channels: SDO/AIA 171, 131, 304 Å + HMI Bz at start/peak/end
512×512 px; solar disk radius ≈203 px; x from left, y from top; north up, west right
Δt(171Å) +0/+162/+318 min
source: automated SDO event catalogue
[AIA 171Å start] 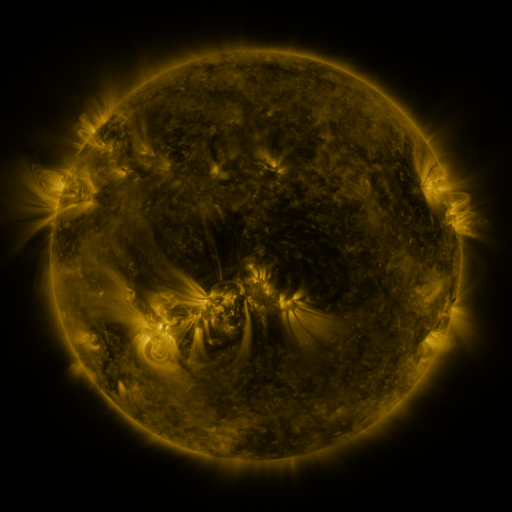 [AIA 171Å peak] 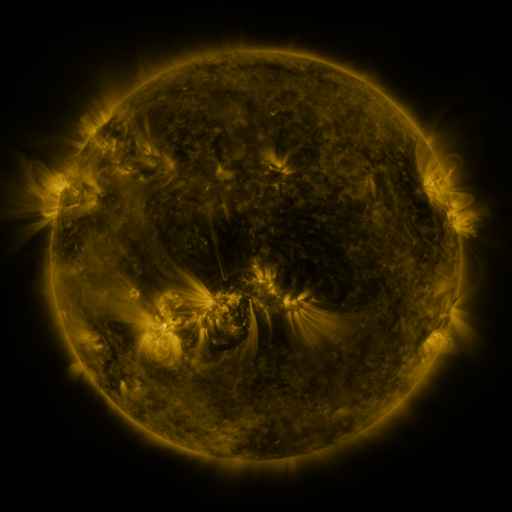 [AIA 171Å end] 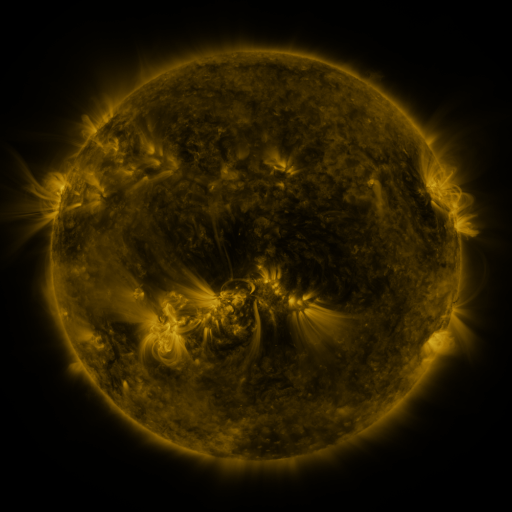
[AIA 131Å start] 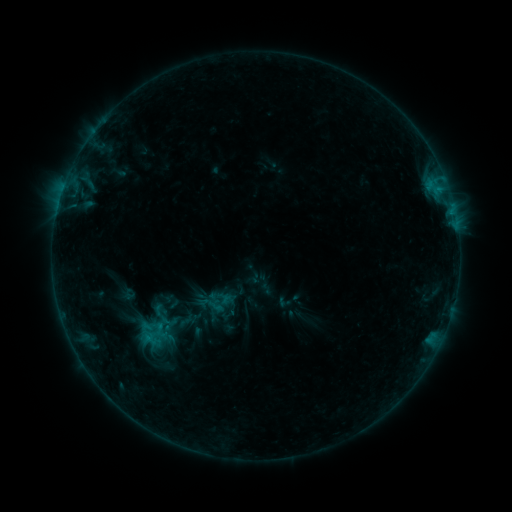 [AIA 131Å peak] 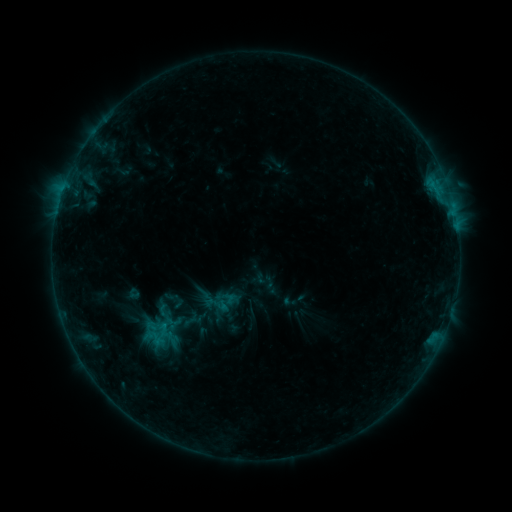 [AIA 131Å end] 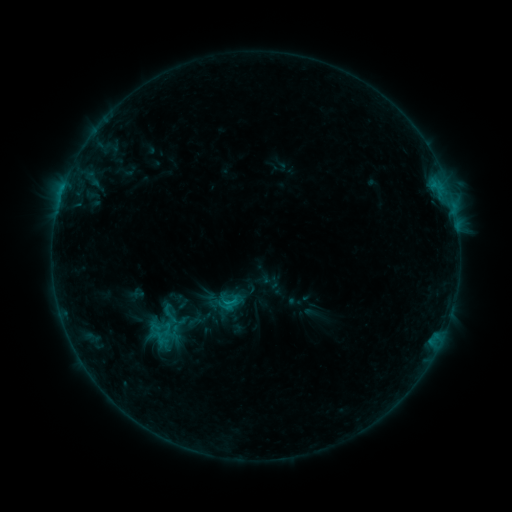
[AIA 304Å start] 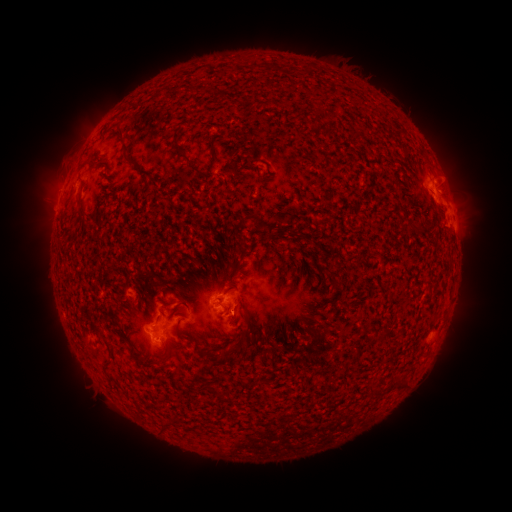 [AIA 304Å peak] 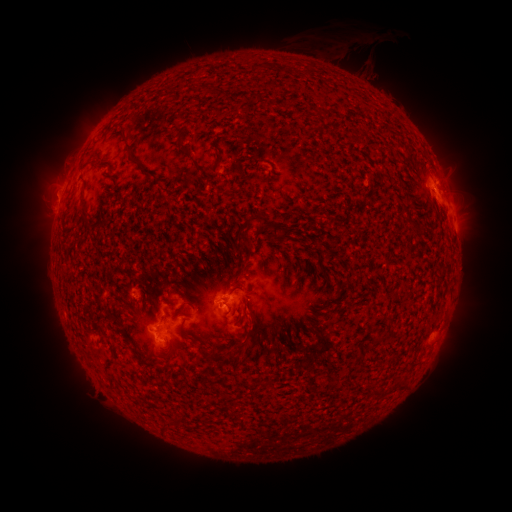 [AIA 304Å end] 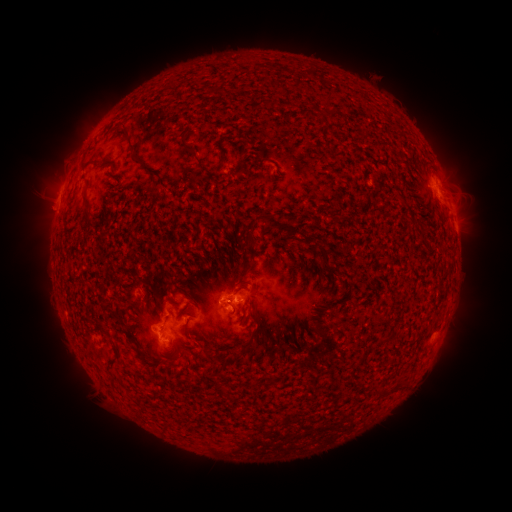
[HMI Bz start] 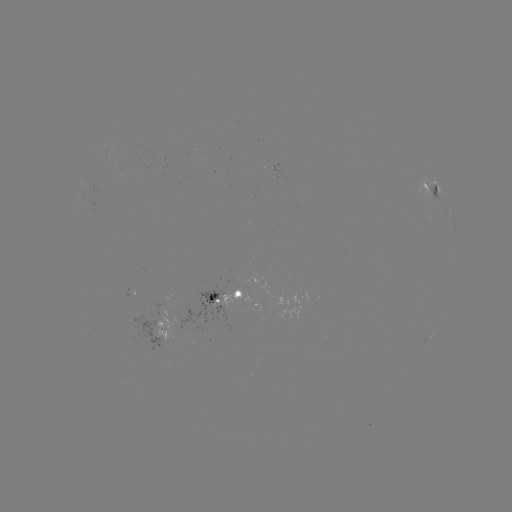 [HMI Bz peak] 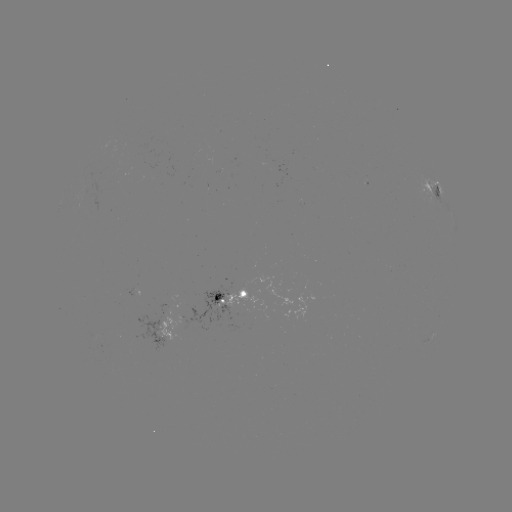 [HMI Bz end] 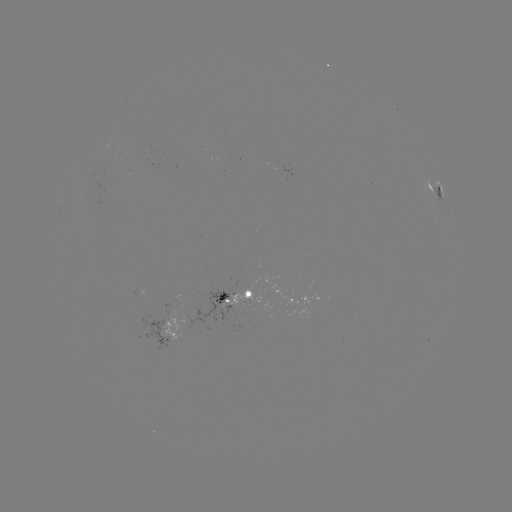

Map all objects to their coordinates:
filament eruption: (359, 43)
